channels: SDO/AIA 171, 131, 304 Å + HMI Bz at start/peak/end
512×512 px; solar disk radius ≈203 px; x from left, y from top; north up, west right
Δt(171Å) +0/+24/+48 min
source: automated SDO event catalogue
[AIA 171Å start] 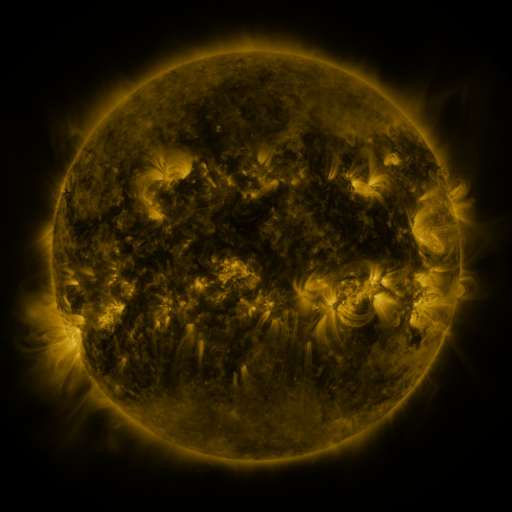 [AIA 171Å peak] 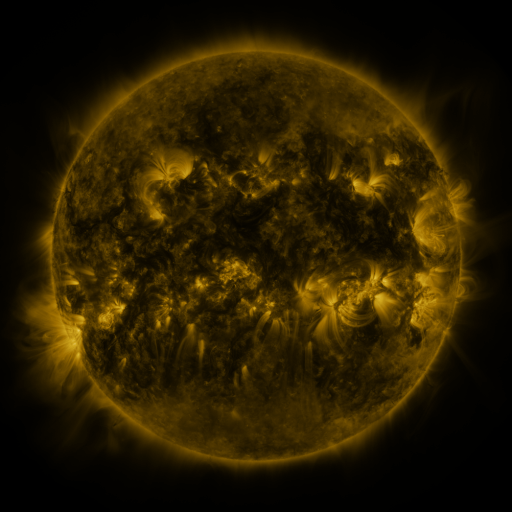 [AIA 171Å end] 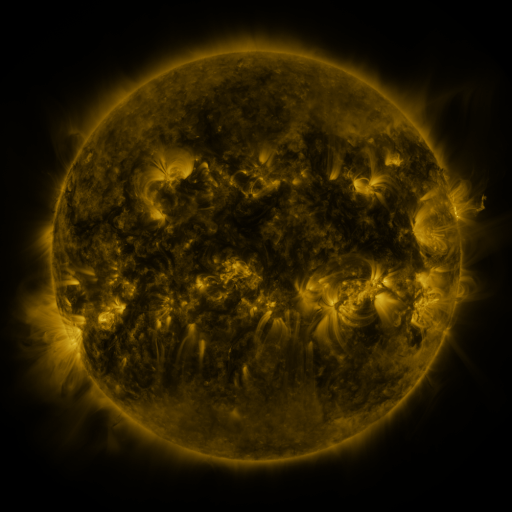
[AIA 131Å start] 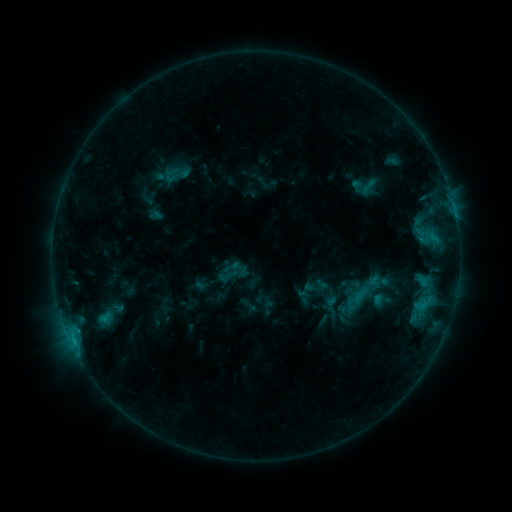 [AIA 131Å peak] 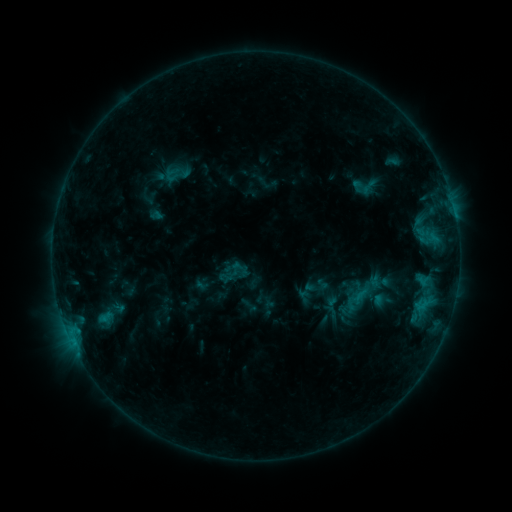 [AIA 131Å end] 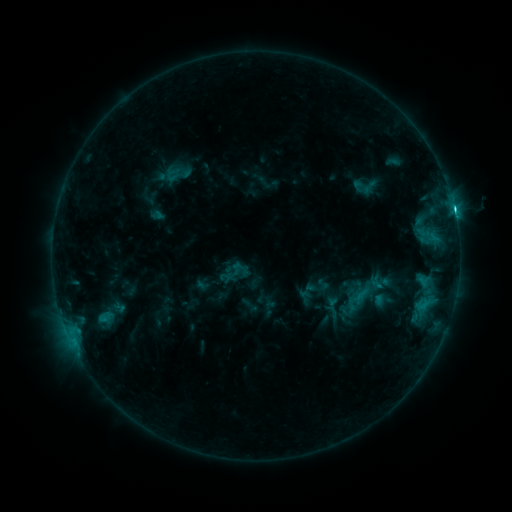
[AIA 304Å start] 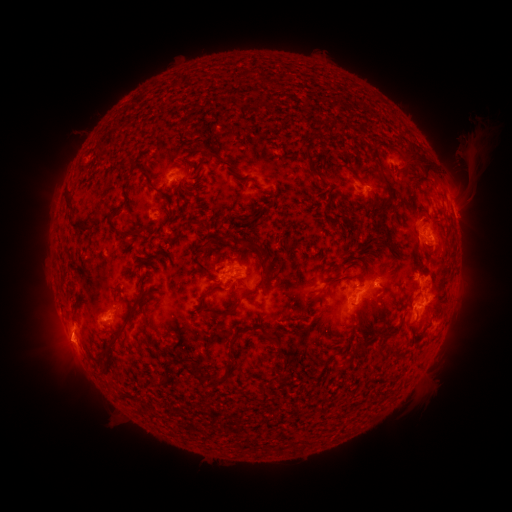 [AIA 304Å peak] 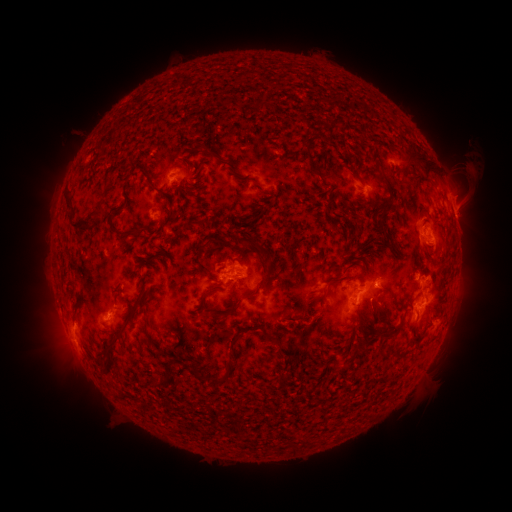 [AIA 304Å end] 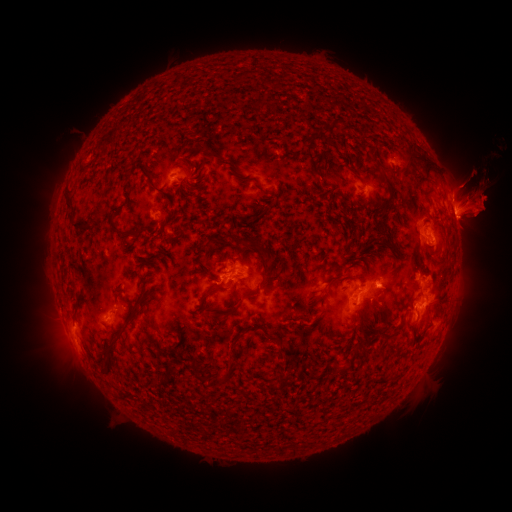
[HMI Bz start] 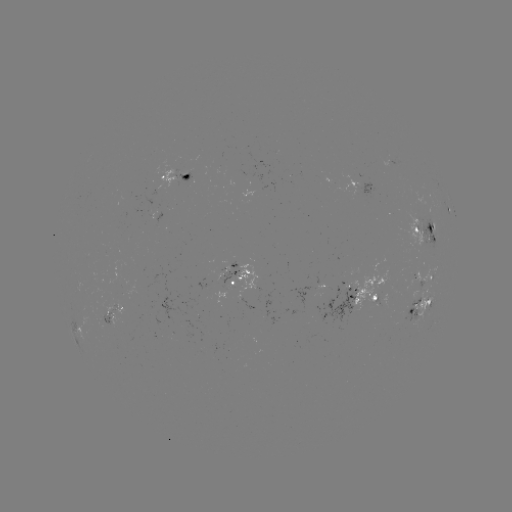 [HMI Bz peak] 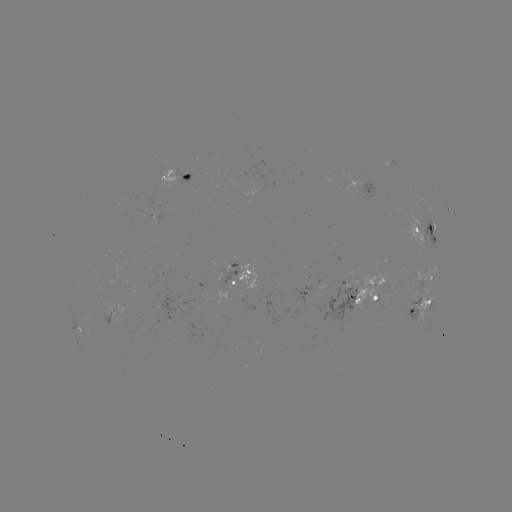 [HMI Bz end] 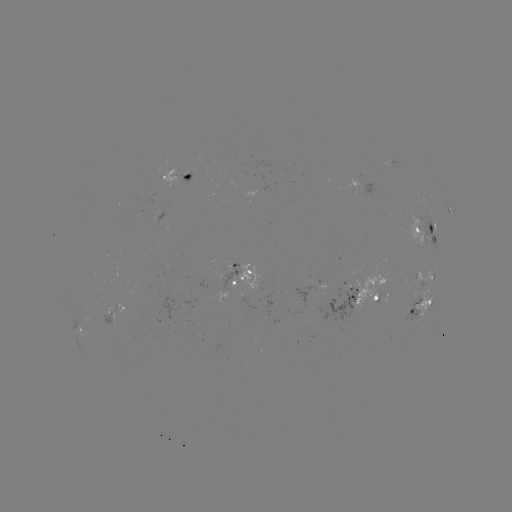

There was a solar eruption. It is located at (464, 166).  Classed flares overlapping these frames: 1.